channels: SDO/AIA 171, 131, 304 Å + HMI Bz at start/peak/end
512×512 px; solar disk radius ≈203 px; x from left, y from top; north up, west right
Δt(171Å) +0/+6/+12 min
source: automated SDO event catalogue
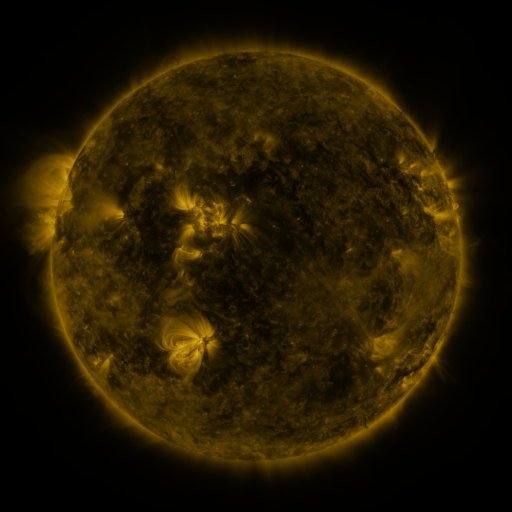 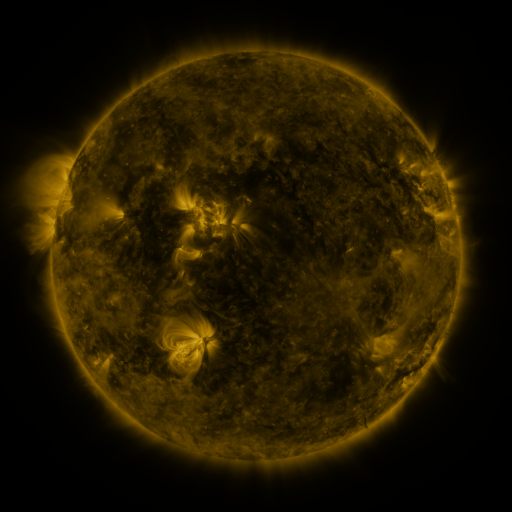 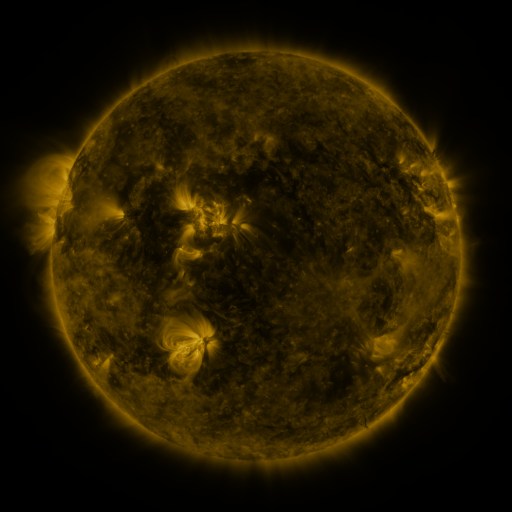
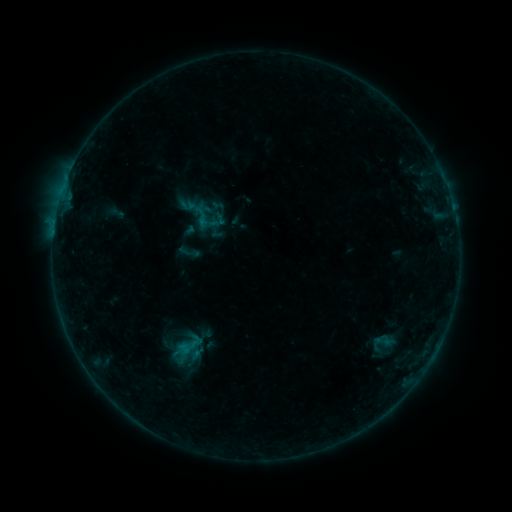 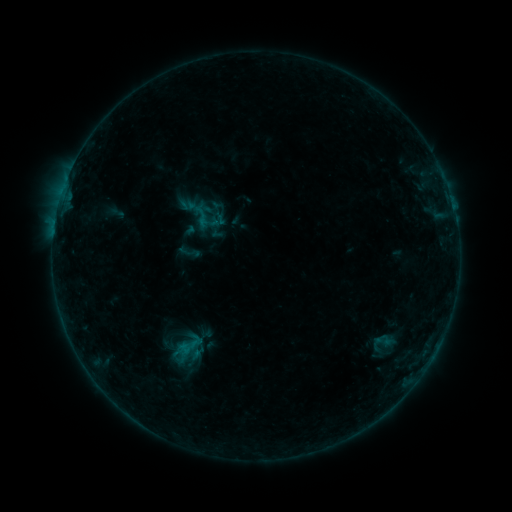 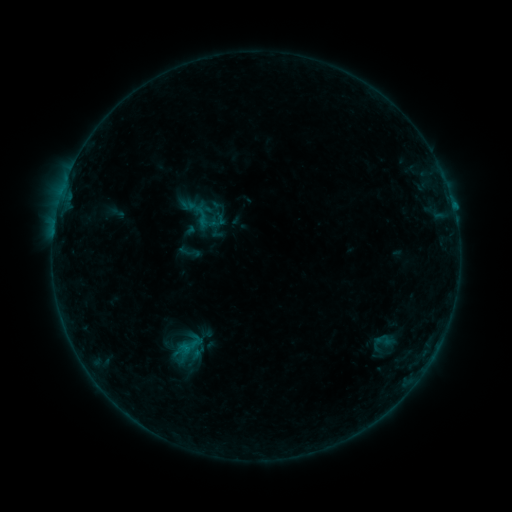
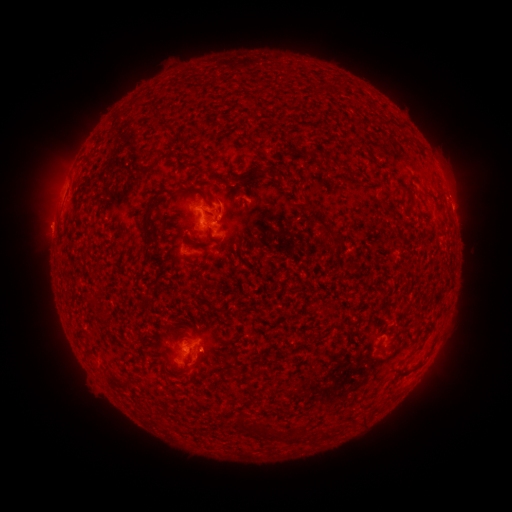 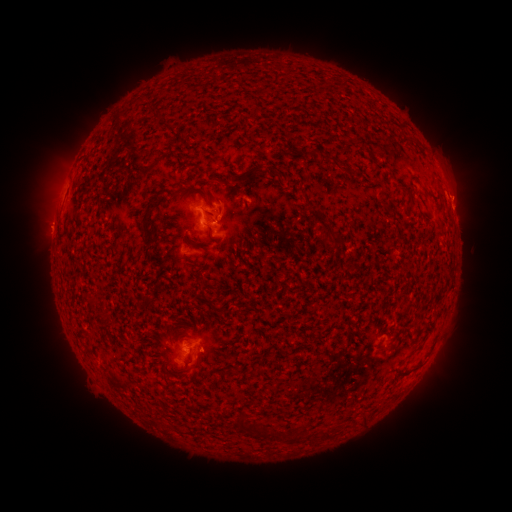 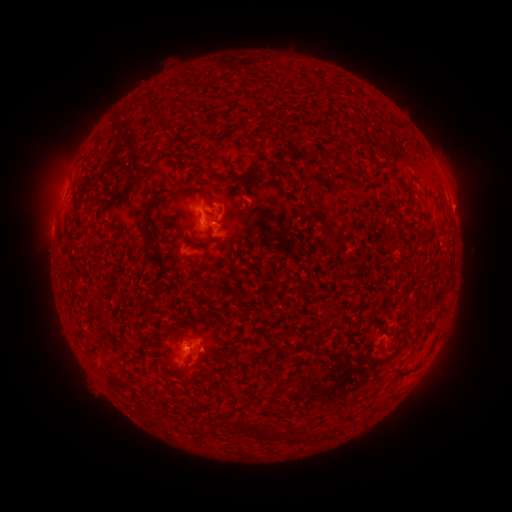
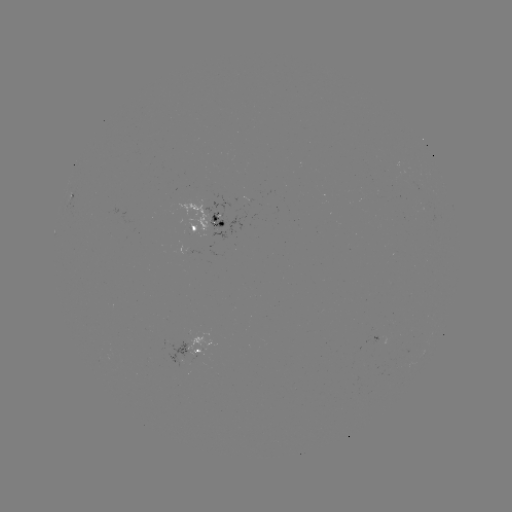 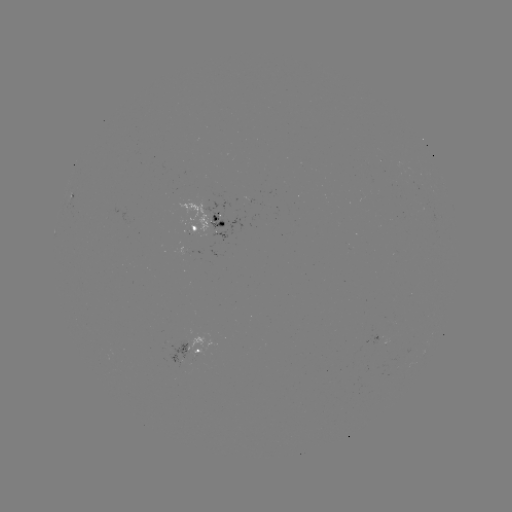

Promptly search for eruption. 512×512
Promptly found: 460,192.